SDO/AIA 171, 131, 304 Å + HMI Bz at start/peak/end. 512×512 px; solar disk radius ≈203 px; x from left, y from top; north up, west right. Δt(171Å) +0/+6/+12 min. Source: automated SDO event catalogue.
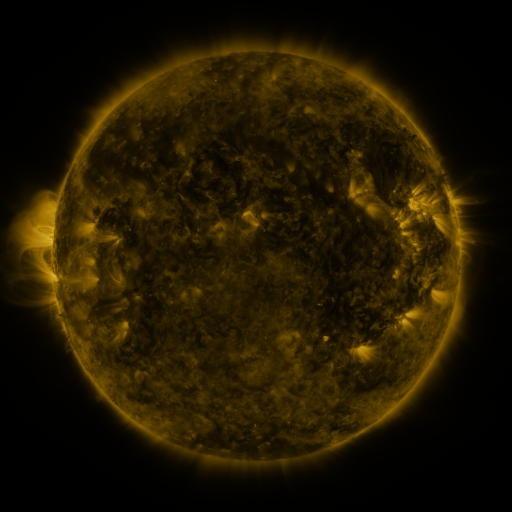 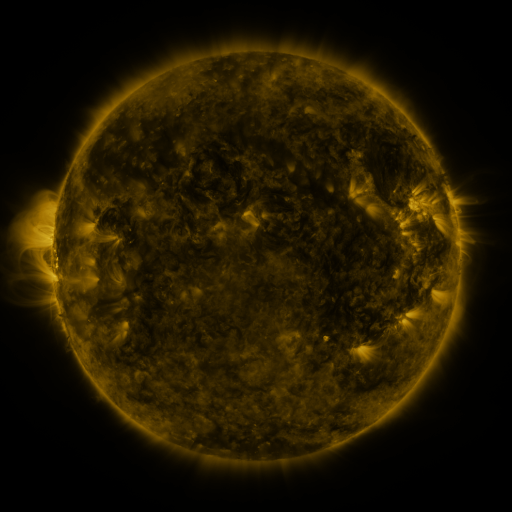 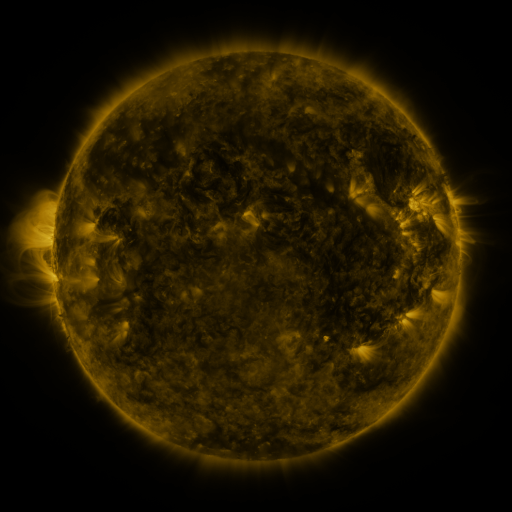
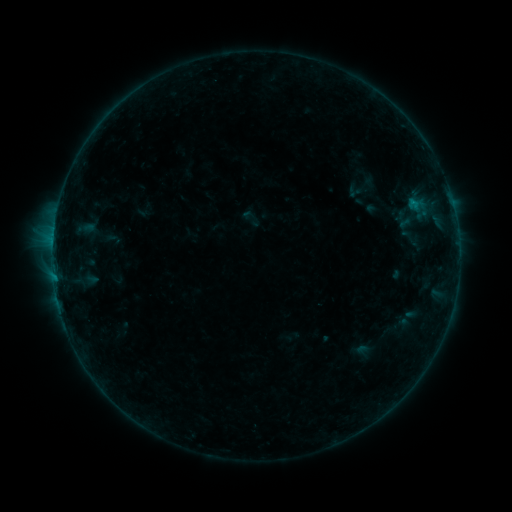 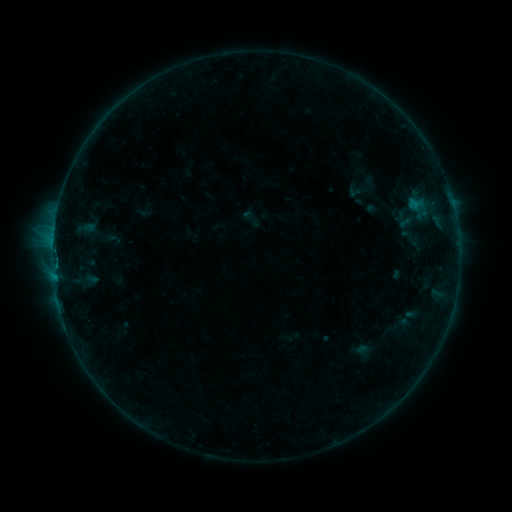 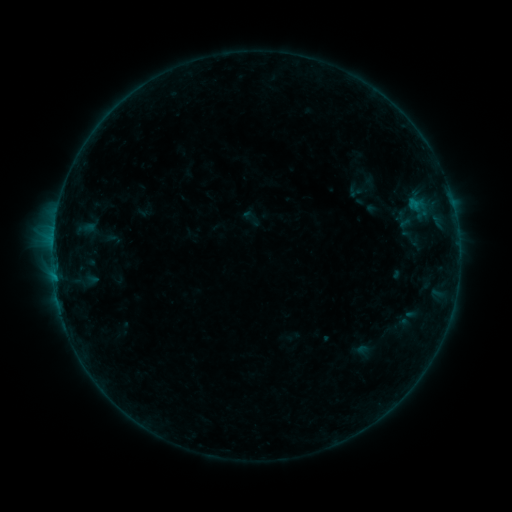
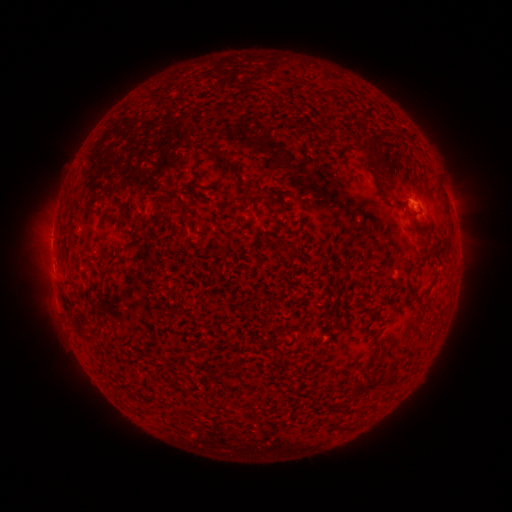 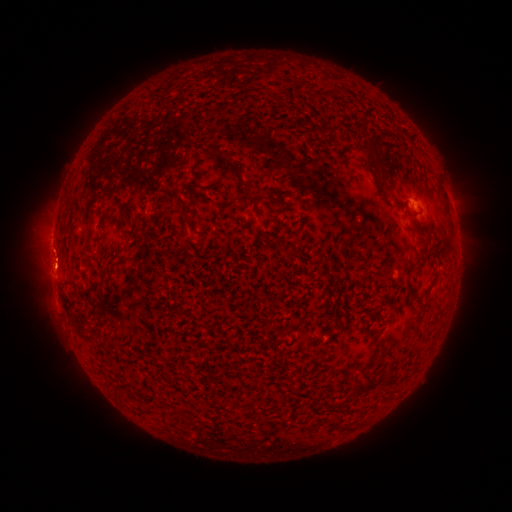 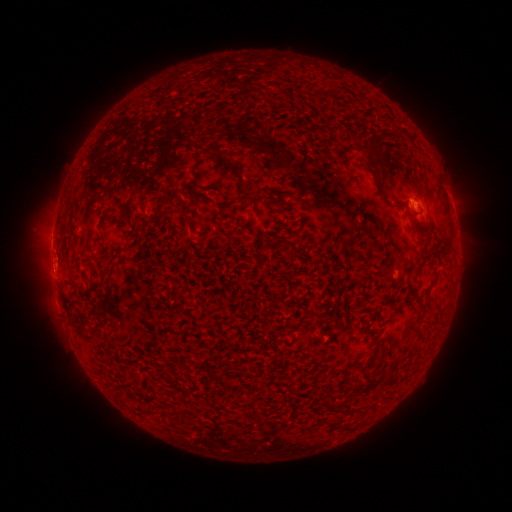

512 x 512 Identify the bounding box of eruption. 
[29, 236, 80, 290].